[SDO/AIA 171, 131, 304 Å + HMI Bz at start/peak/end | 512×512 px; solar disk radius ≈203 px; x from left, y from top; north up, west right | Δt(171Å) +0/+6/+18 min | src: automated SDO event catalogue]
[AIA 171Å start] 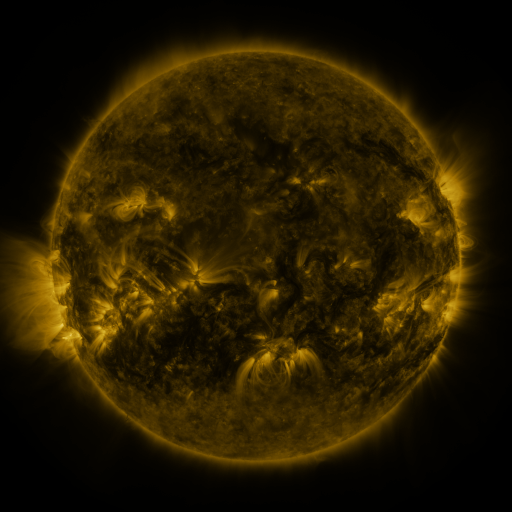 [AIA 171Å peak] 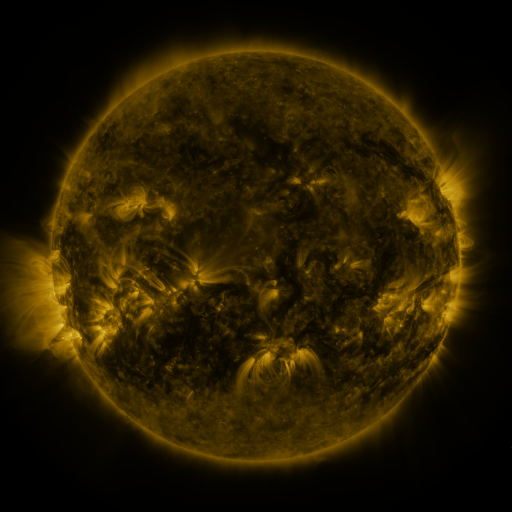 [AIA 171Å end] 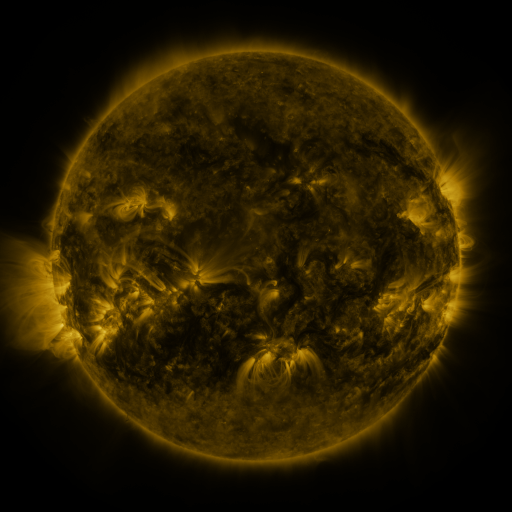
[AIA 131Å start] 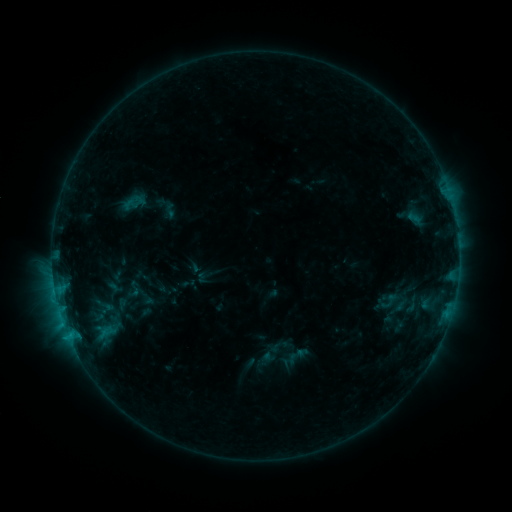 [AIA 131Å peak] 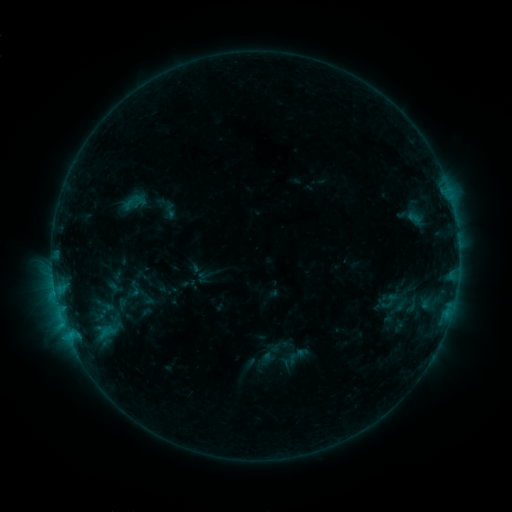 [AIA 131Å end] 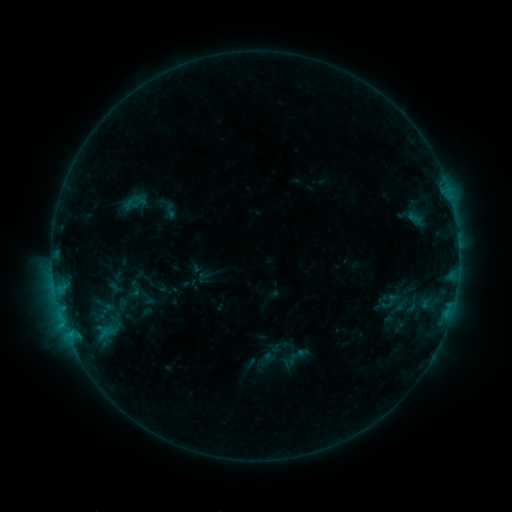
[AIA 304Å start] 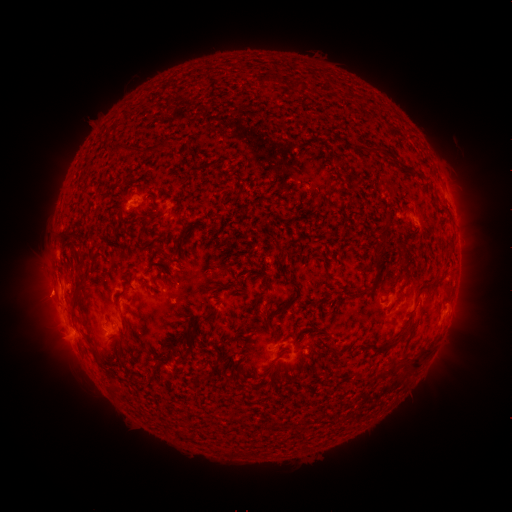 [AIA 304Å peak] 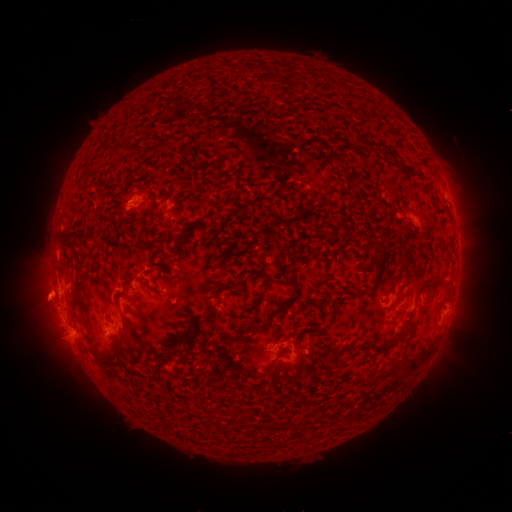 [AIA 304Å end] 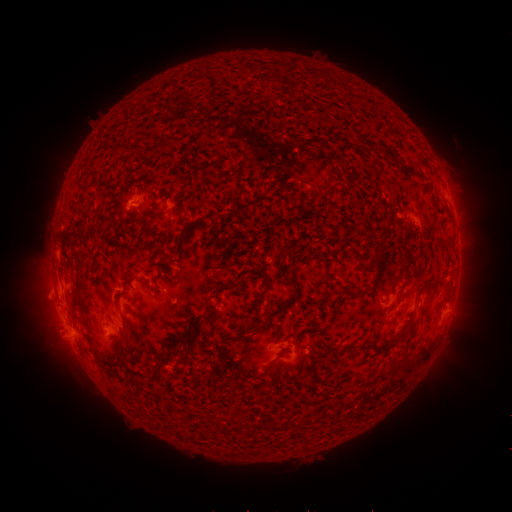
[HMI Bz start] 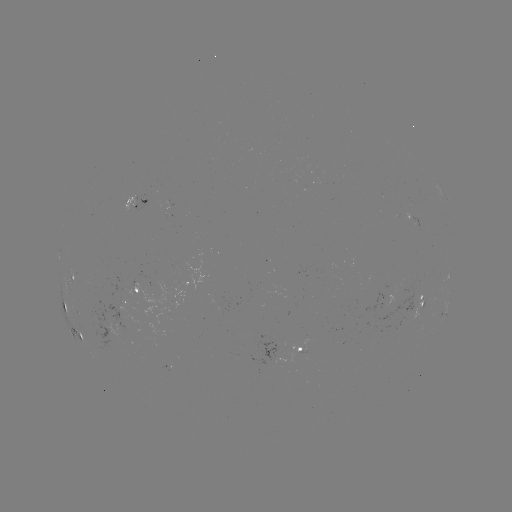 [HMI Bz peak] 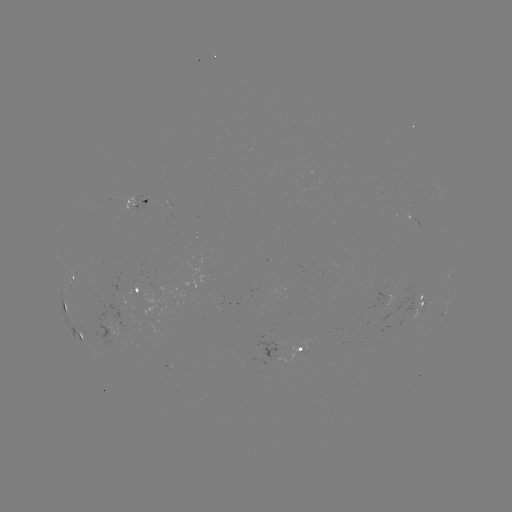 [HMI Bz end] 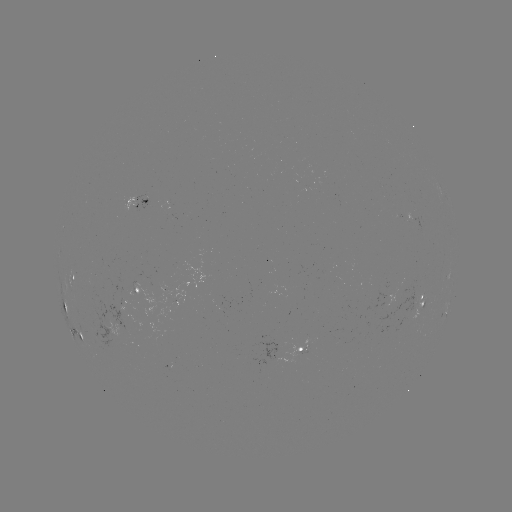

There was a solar eruption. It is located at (43, 300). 